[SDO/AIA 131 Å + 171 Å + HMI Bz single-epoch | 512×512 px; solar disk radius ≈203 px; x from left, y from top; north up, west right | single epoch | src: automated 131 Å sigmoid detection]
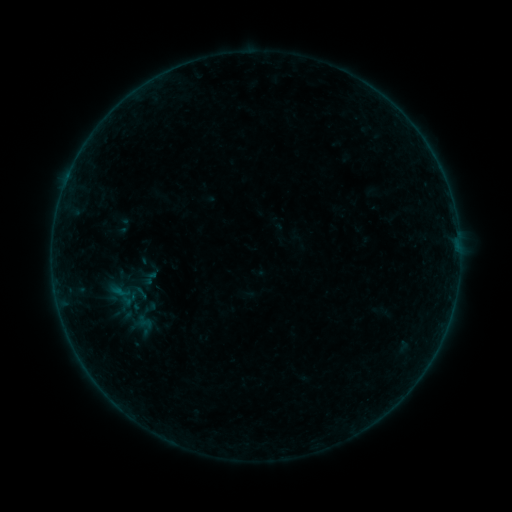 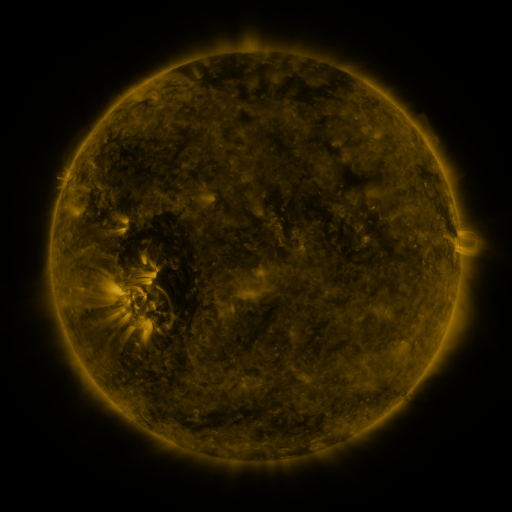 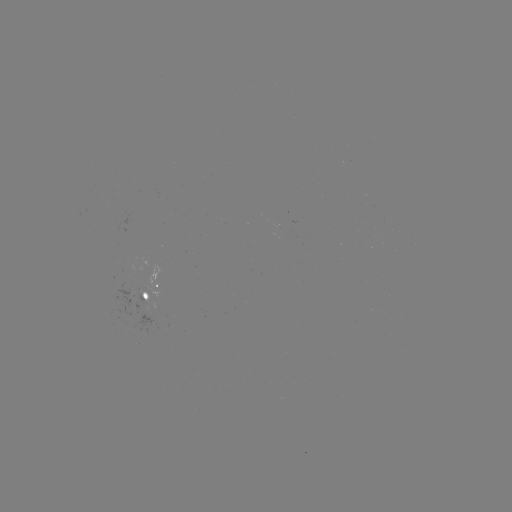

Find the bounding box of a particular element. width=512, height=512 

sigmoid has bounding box [109, 278, 133, 304].